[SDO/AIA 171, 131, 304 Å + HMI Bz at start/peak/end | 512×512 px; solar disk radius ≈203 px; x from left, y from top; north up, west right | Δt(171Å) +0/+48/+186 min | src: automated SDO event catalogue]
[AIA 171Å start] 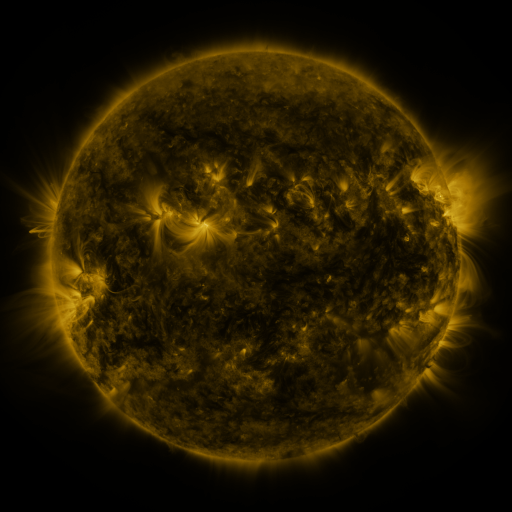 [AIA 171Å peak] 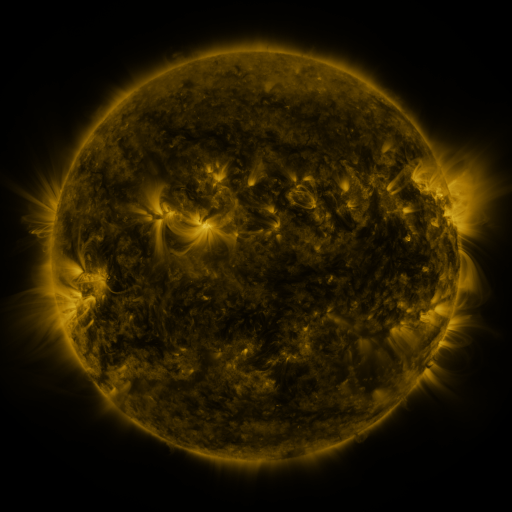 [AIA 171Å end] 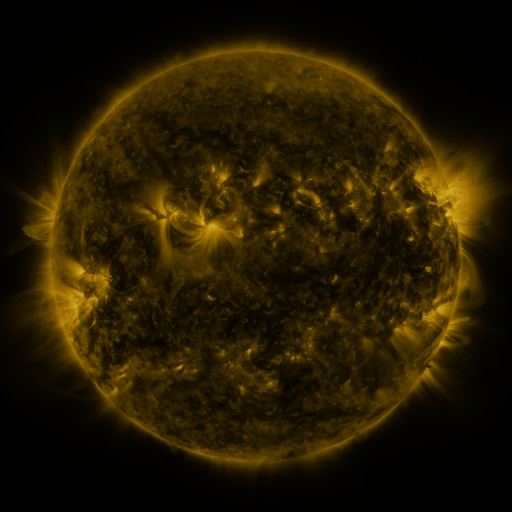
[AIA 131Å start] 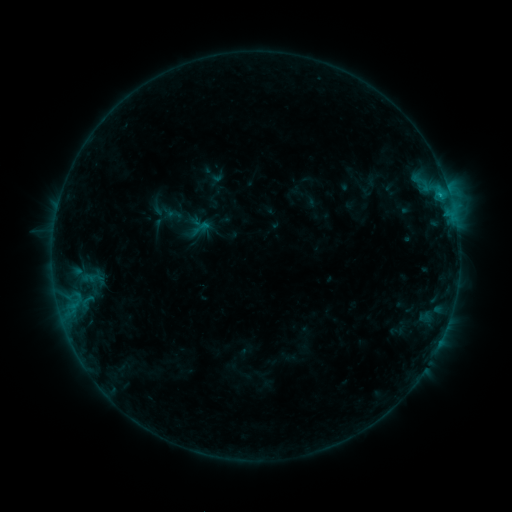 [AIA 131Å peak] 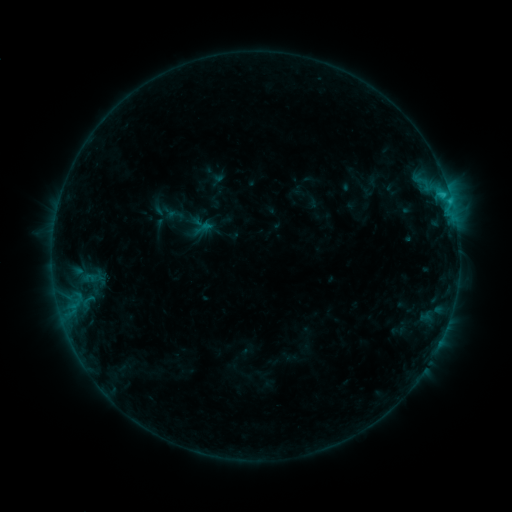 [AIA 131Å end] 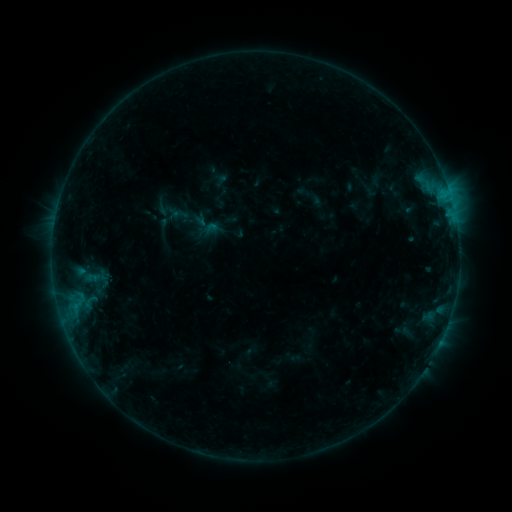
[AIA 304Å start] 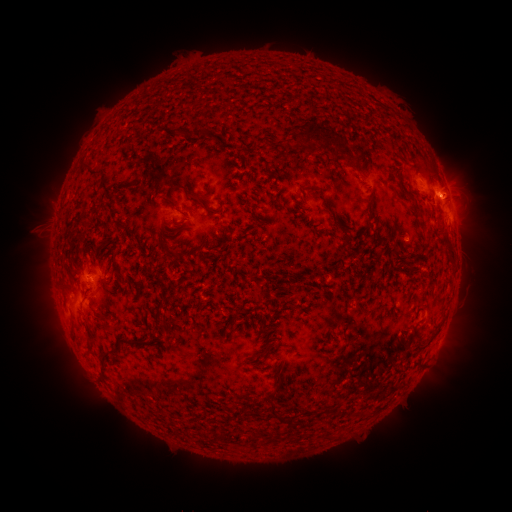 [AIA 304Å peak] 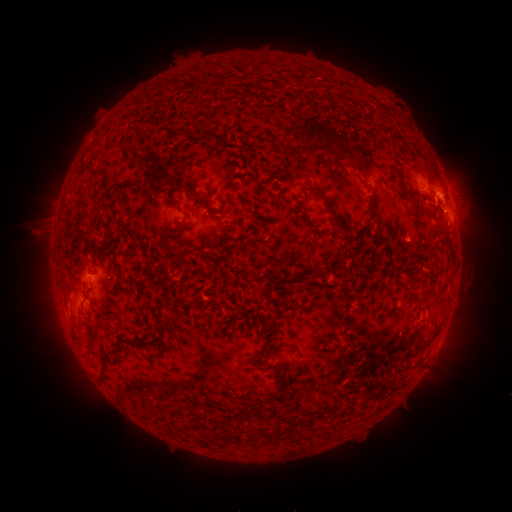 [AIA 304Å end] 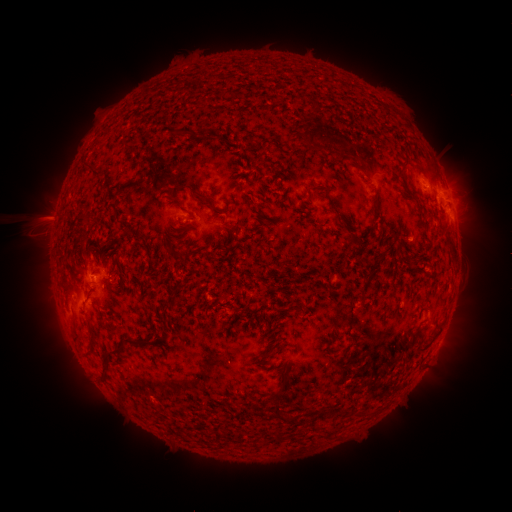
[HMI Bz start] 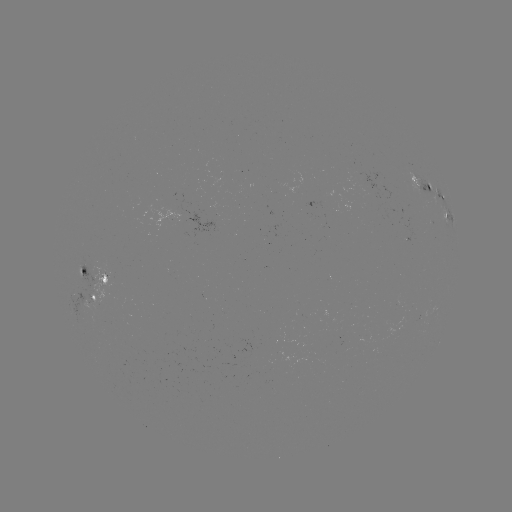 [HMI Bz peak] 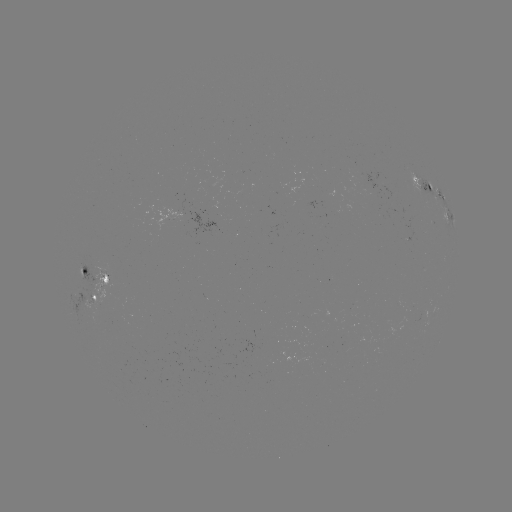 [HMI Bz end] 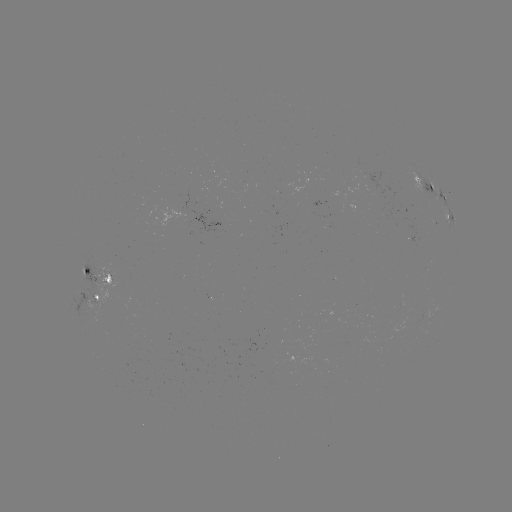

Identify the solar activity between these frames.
C1.3 flare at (449, 202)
